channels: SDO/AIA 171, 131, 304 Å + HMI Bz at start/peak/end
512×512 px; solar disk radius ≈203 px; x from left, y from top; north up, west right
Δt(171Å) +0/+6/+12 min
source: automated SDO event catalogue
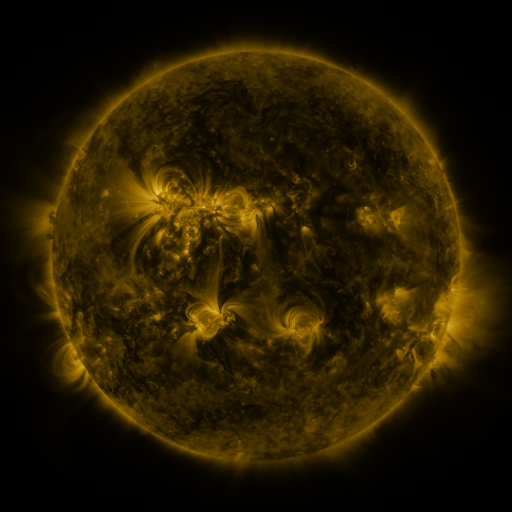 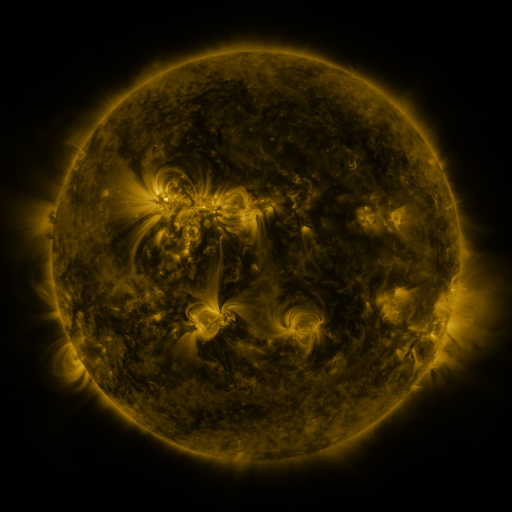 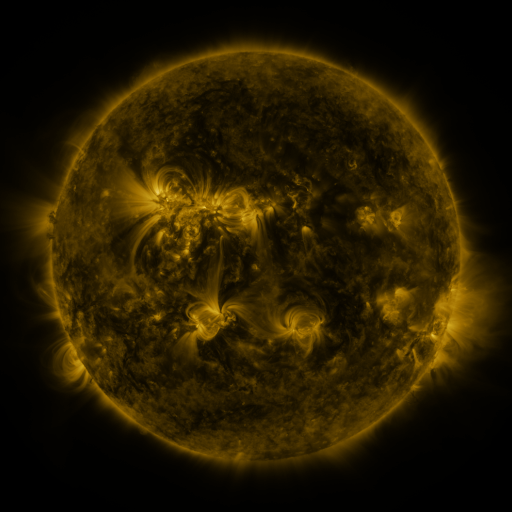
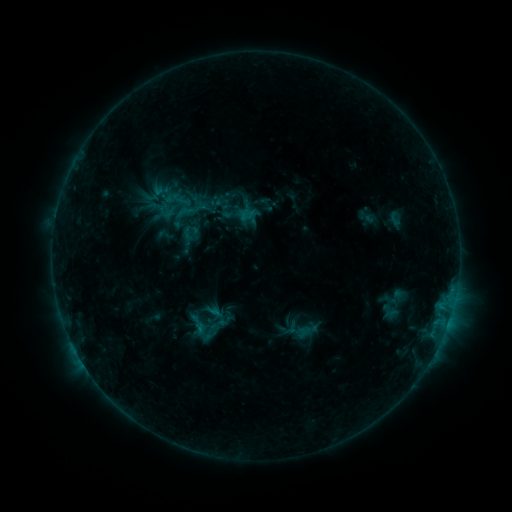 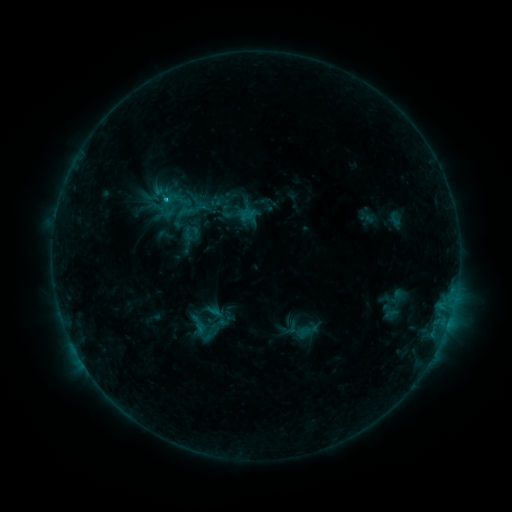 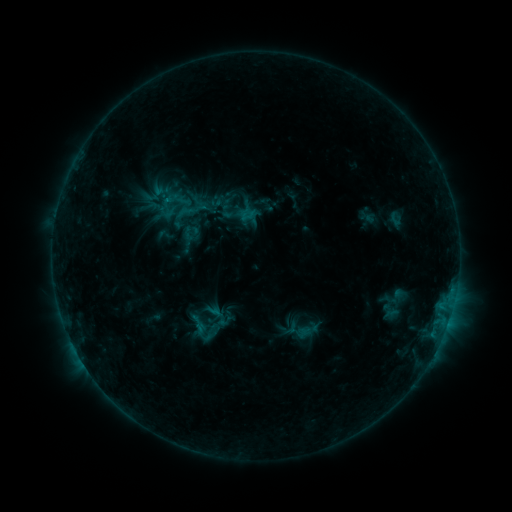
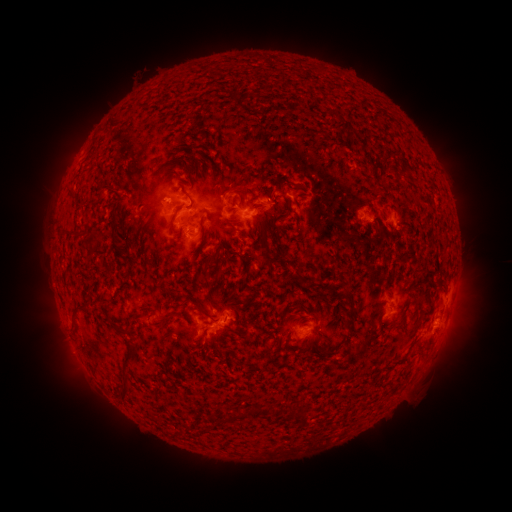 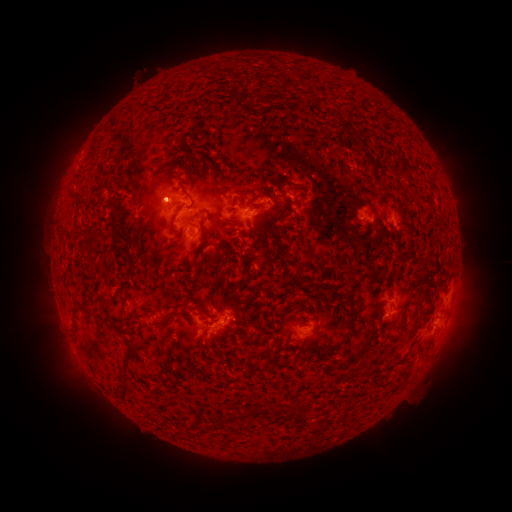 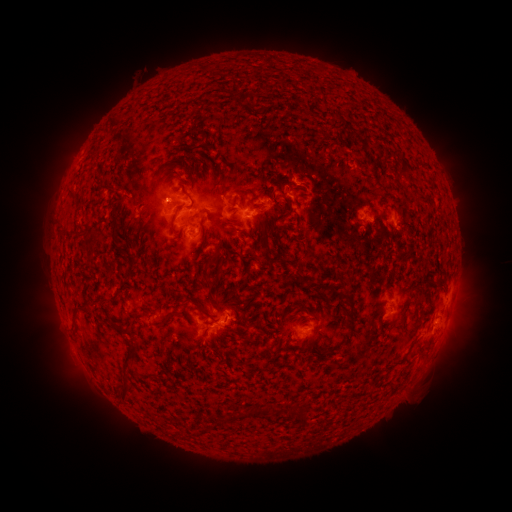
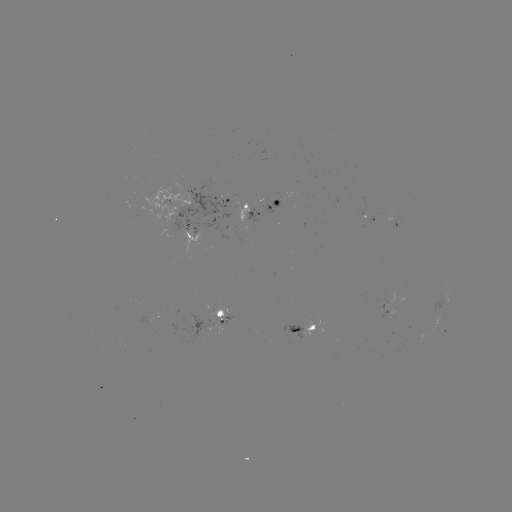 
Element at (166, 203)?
B8.3 flare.